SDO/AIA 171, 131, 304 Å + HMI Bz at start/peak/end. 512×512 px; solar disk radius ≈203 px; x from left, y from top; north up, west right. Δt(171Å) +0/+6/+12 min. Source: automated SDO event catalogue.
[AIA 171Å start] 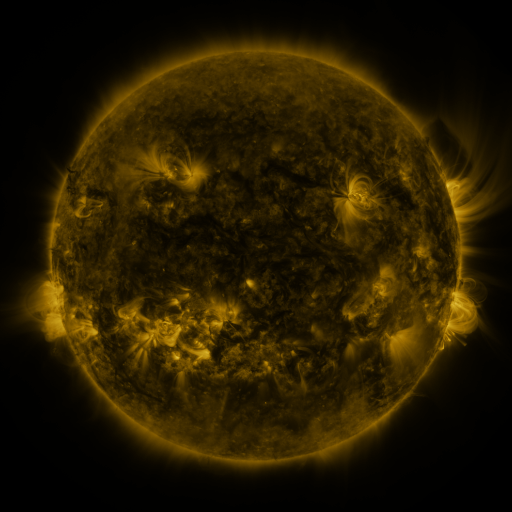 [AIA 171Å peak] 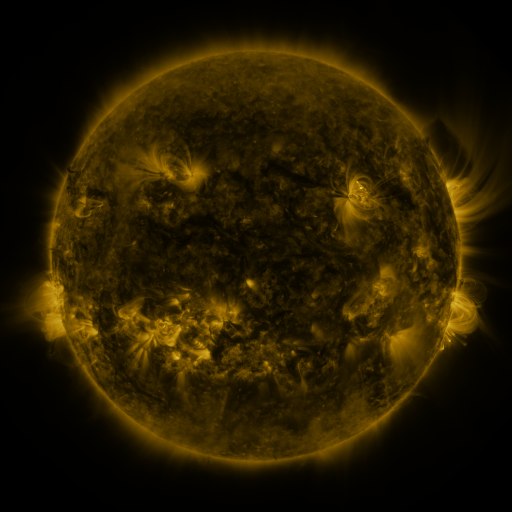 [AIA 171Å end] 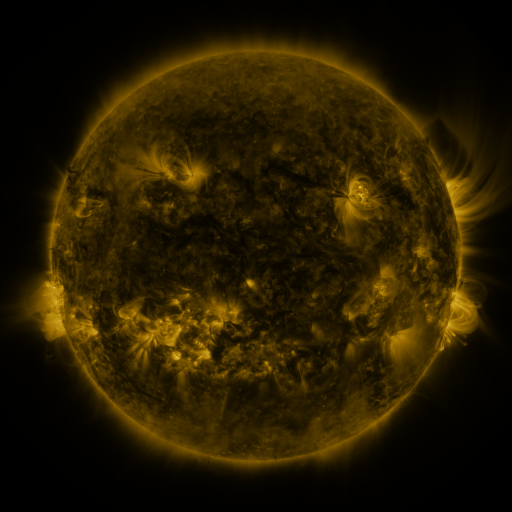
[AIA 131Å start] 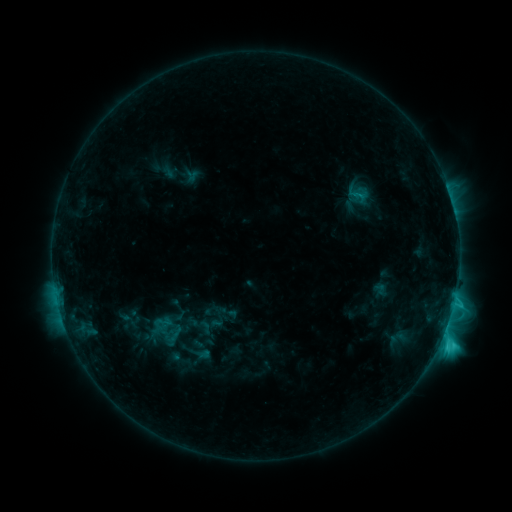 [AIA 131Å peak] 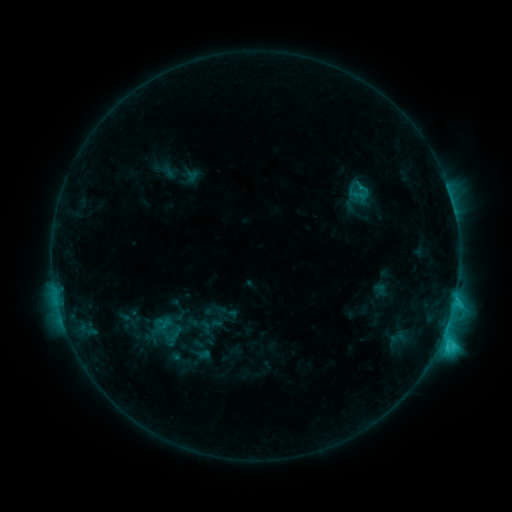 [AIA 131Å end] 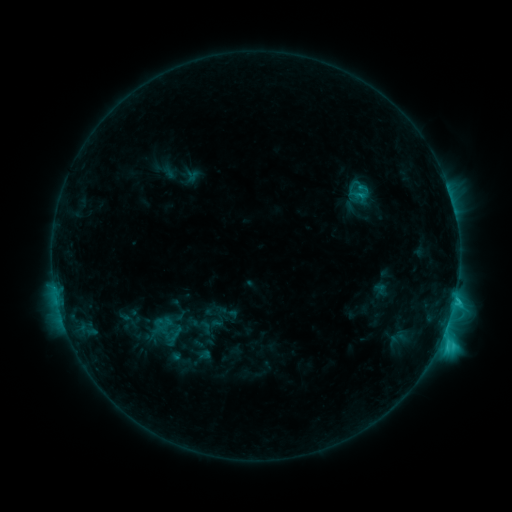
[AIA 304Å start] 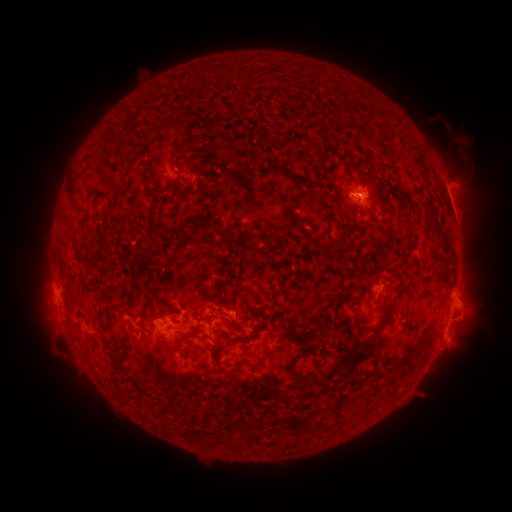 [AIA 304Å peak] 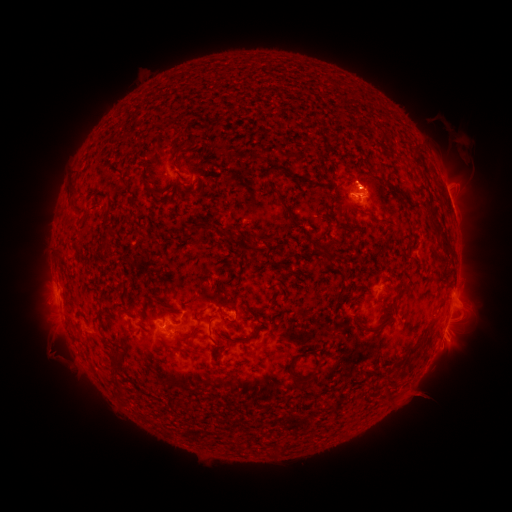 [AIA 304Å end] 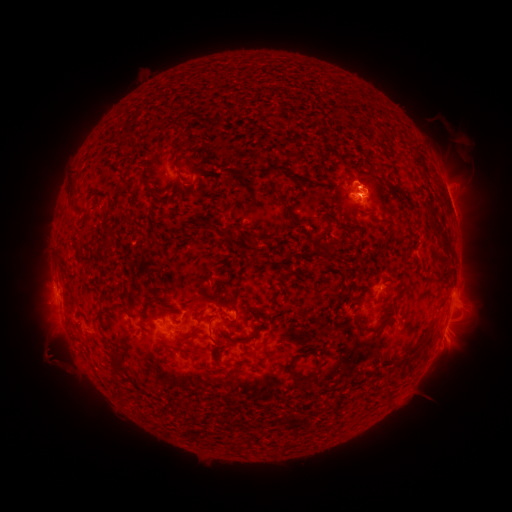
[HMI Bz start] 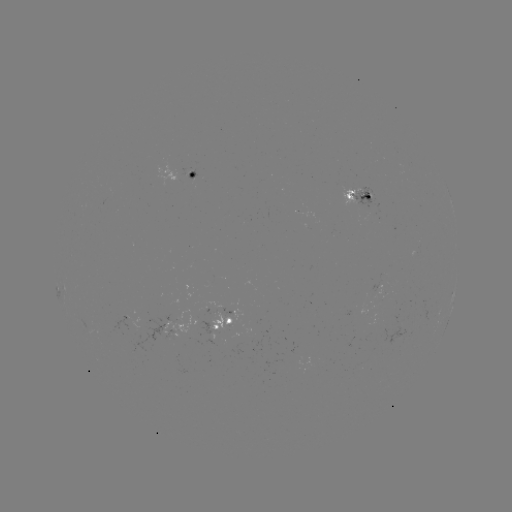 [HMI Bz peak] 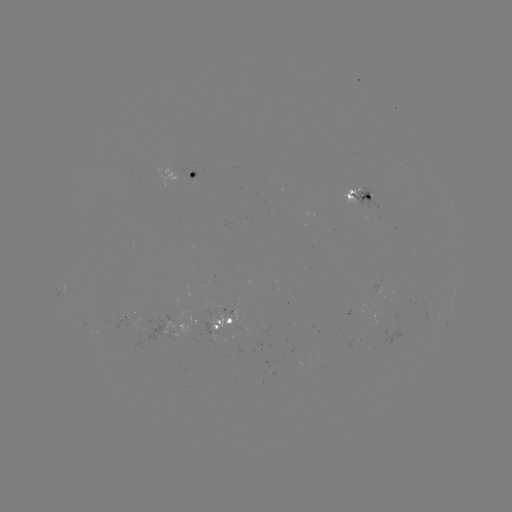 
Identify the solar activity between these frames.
eruption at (363, 179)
